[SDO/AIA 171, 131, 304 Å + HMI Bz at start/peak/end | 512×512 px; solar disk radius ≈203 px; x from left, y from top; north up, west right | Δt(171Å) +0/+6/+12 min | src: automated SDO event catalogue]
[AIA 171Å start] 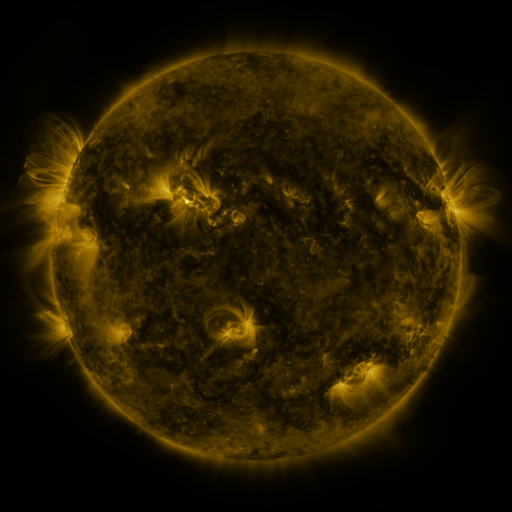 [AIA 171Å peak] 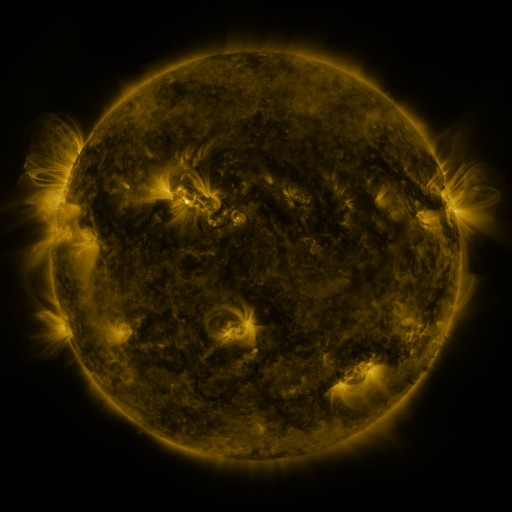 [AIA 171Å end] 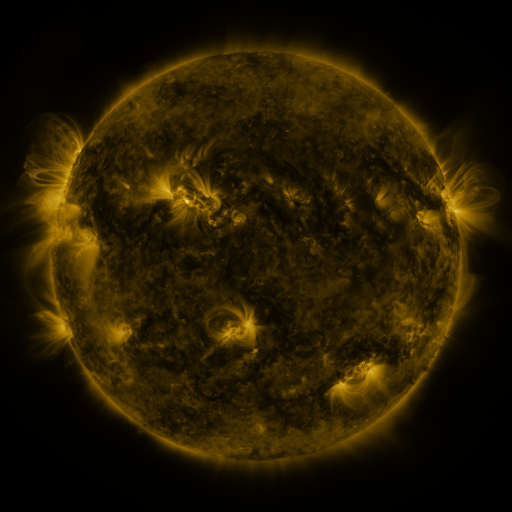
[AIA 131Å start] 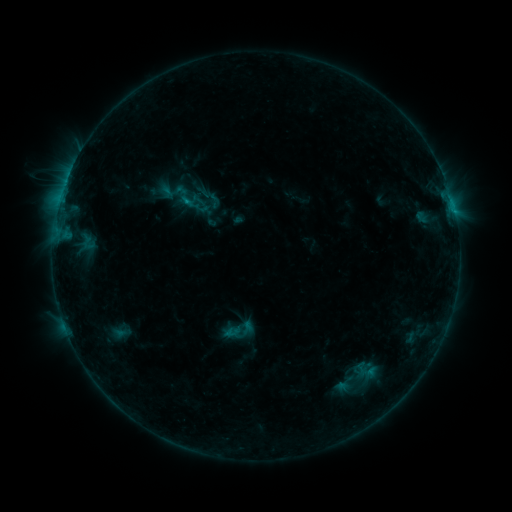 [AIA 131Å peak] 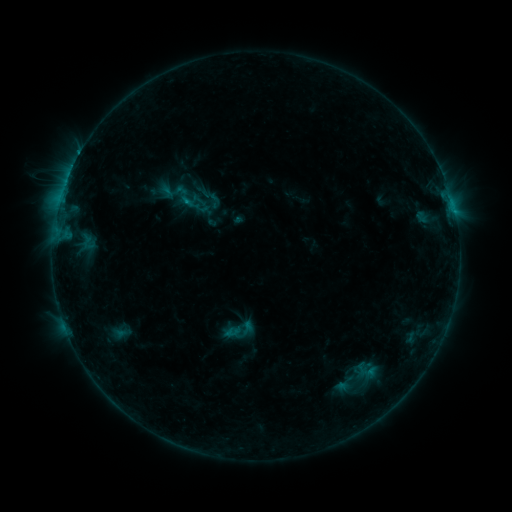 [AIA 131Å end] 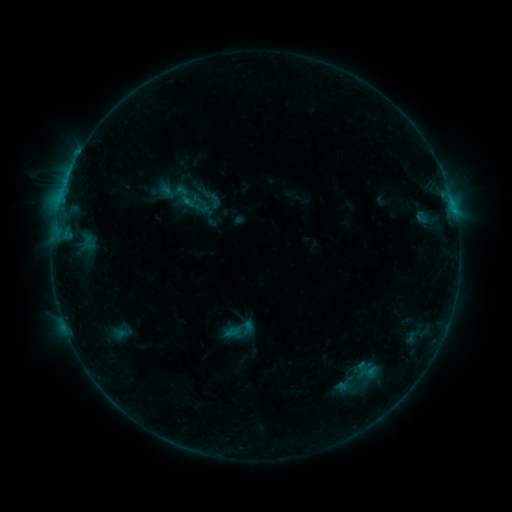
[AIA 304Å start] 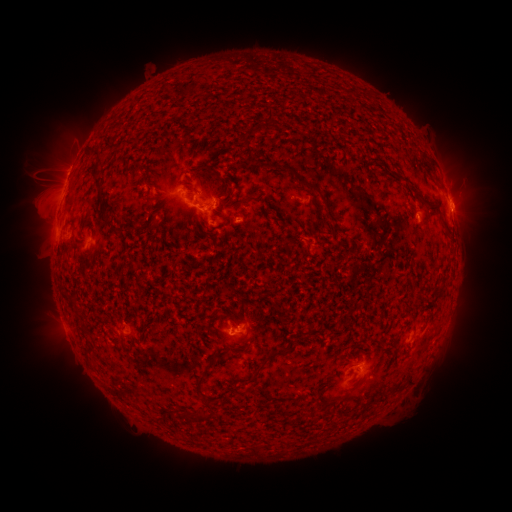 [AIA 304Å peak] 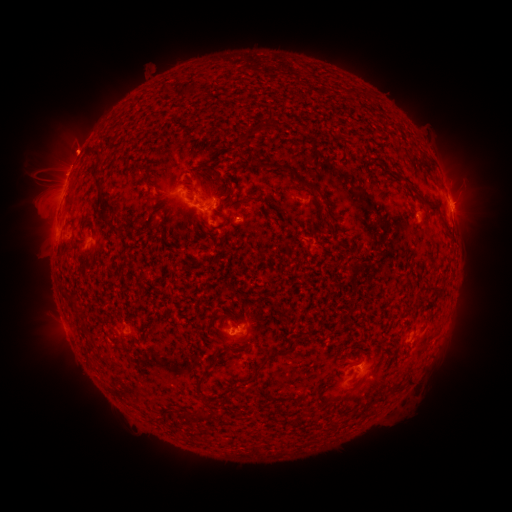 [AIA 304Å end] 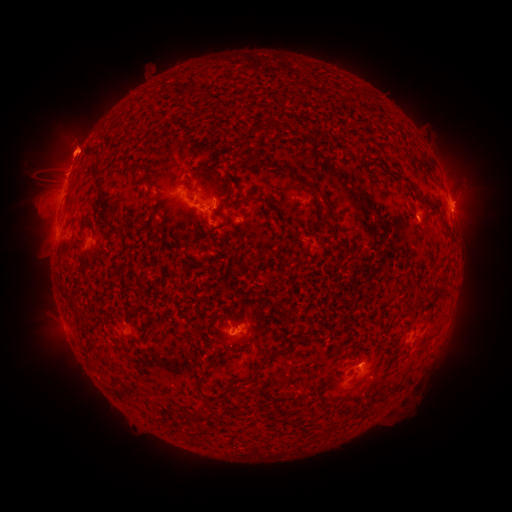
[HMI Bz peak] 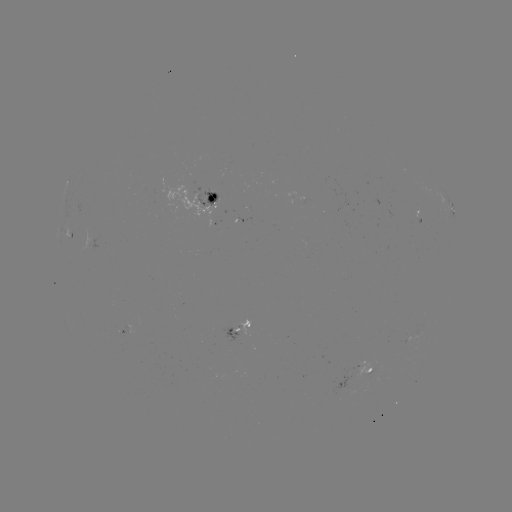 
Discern eruption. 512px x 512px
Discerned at (76, 142).